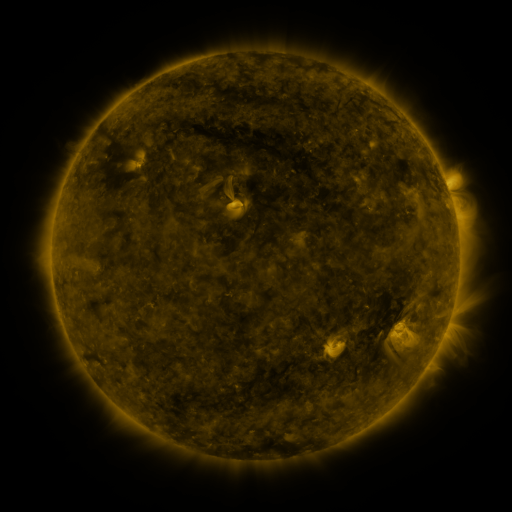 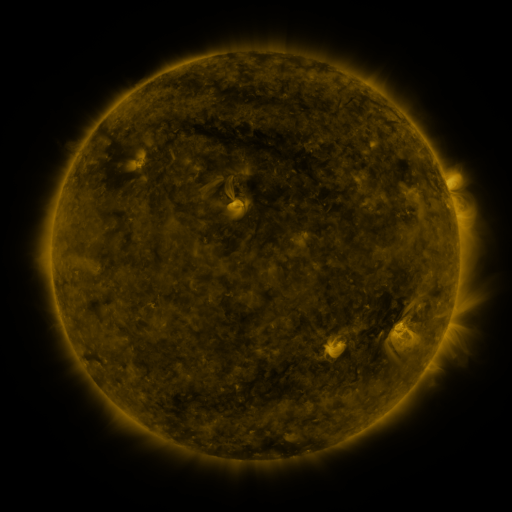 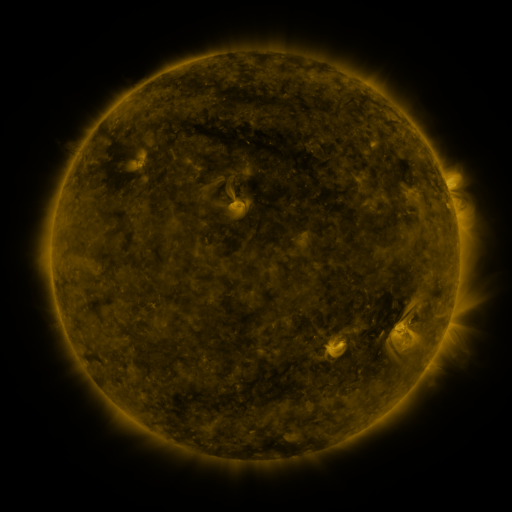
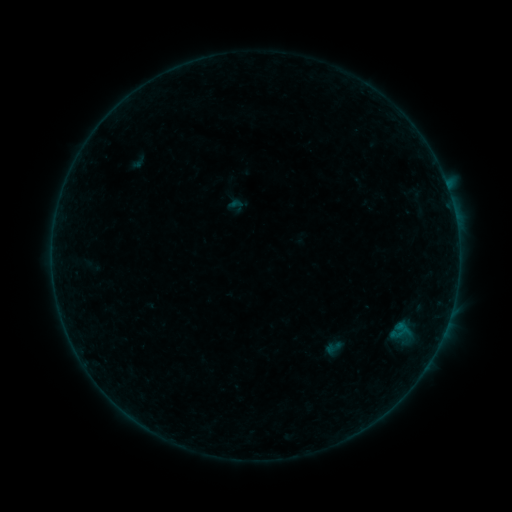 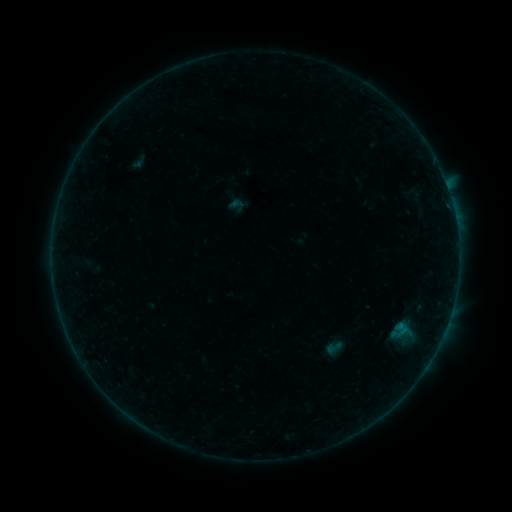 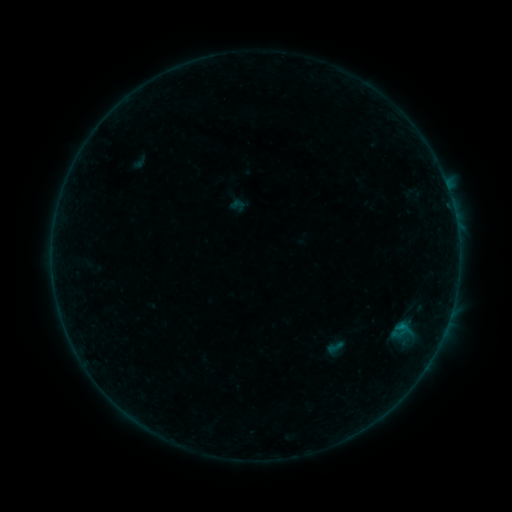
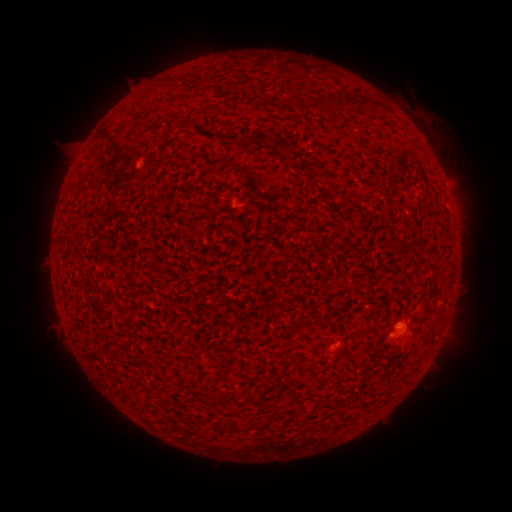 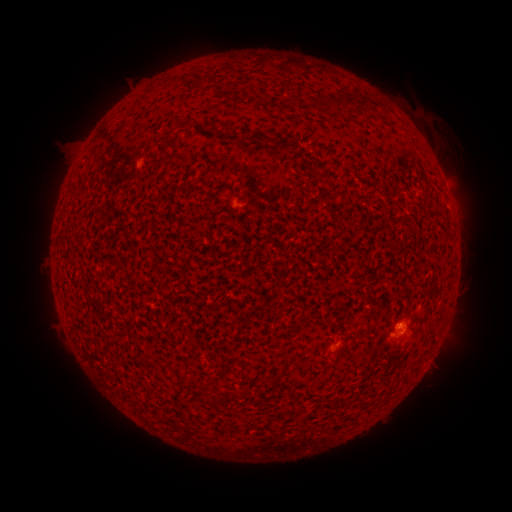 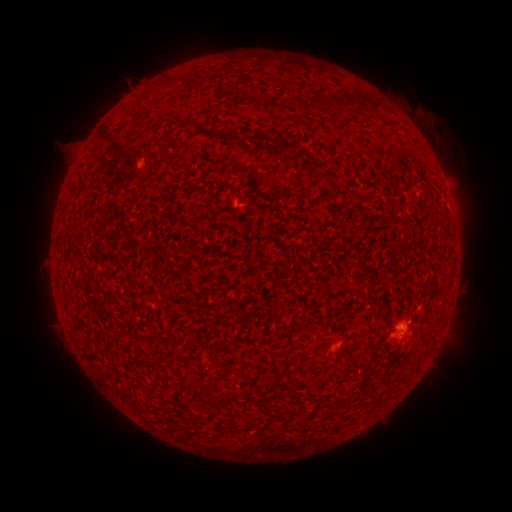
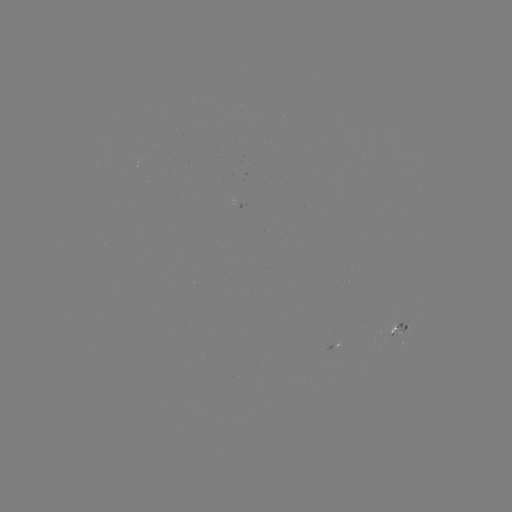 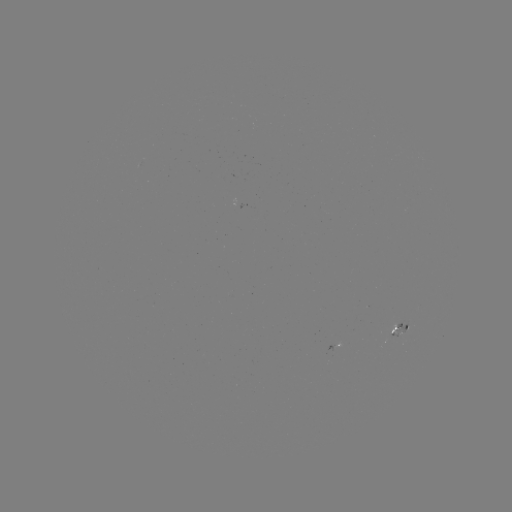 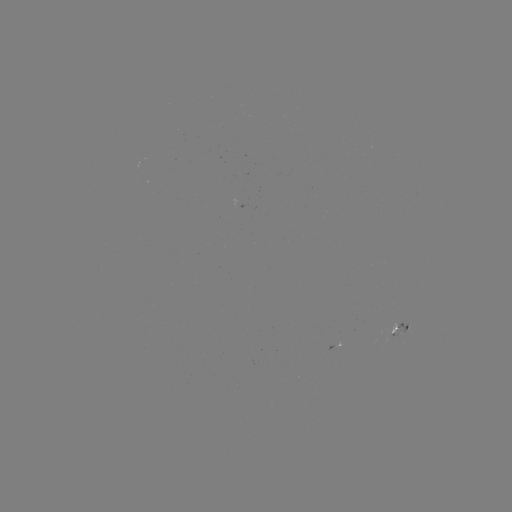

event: flare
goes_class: B1.9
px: (333, 346)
